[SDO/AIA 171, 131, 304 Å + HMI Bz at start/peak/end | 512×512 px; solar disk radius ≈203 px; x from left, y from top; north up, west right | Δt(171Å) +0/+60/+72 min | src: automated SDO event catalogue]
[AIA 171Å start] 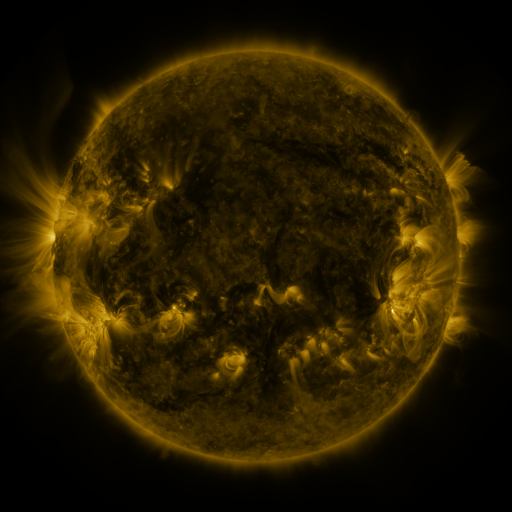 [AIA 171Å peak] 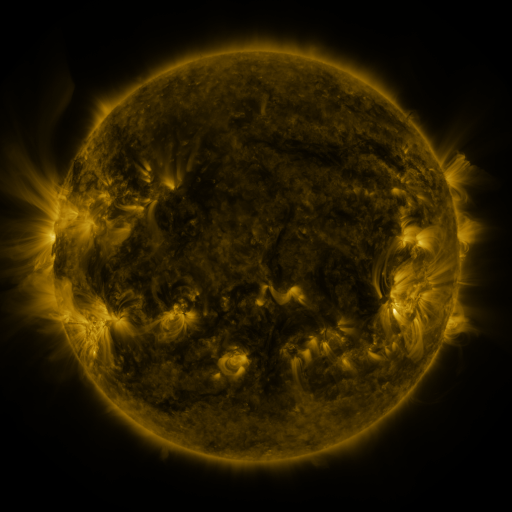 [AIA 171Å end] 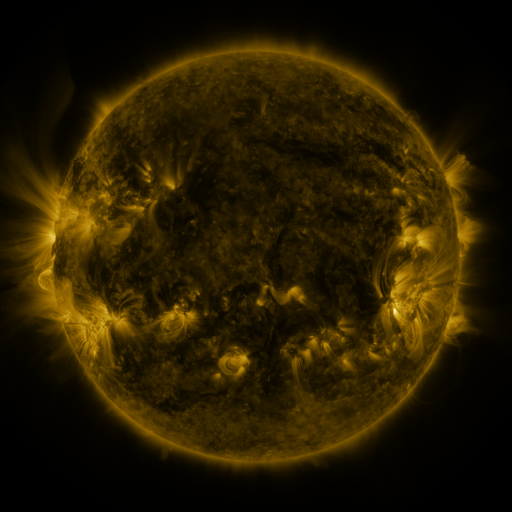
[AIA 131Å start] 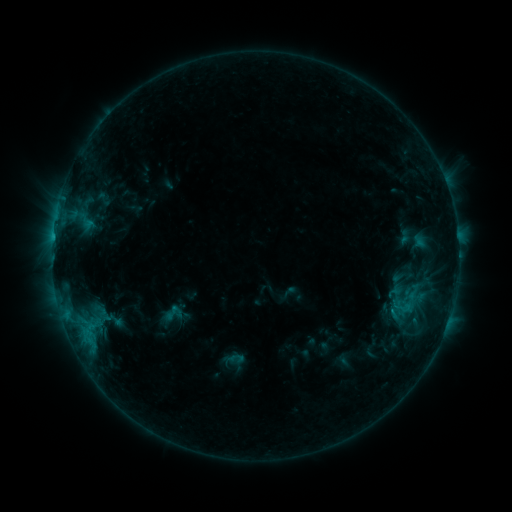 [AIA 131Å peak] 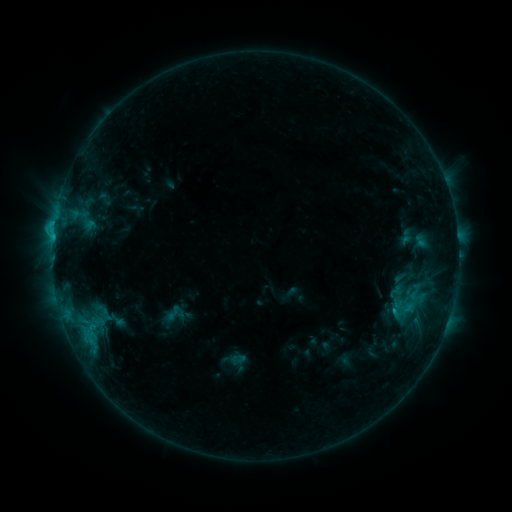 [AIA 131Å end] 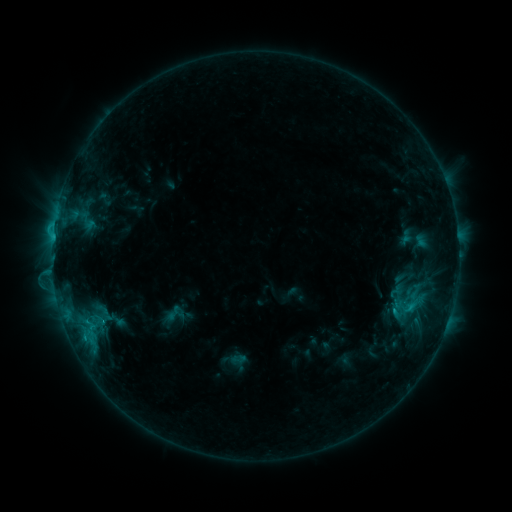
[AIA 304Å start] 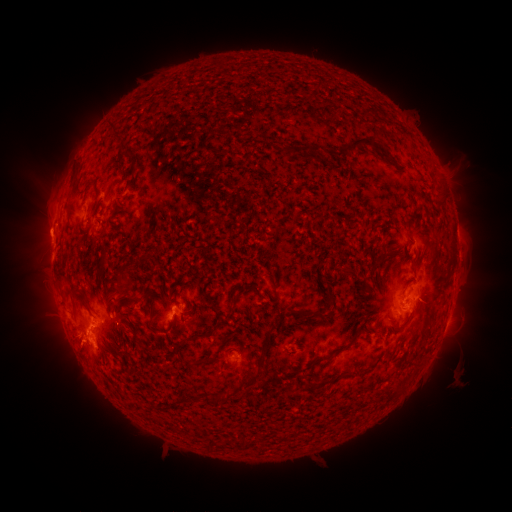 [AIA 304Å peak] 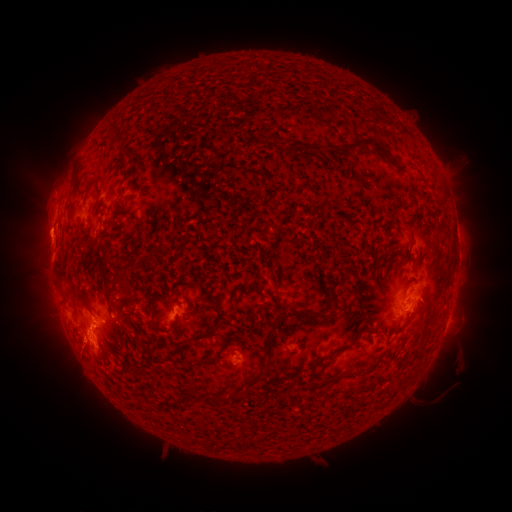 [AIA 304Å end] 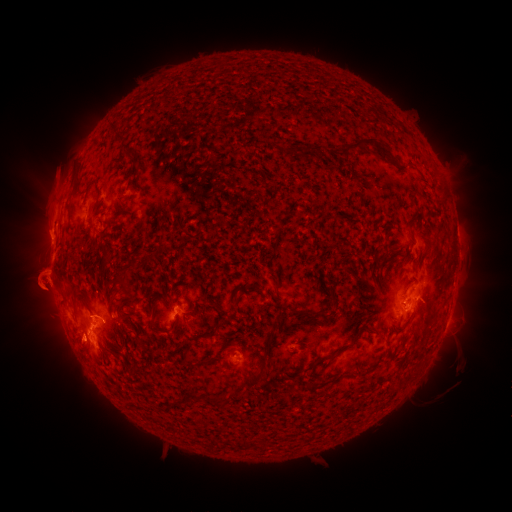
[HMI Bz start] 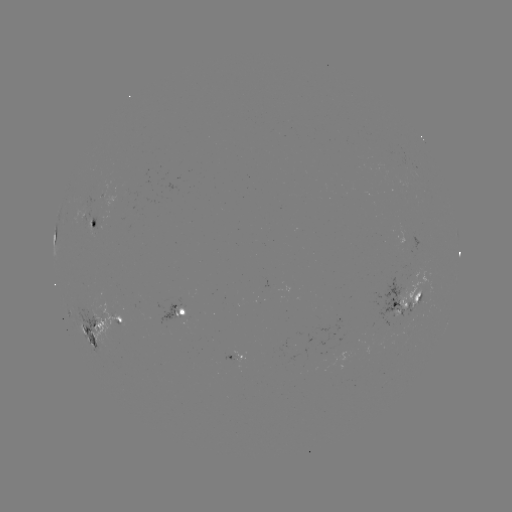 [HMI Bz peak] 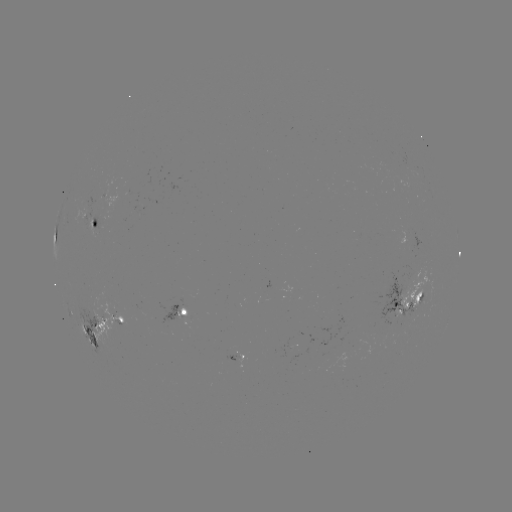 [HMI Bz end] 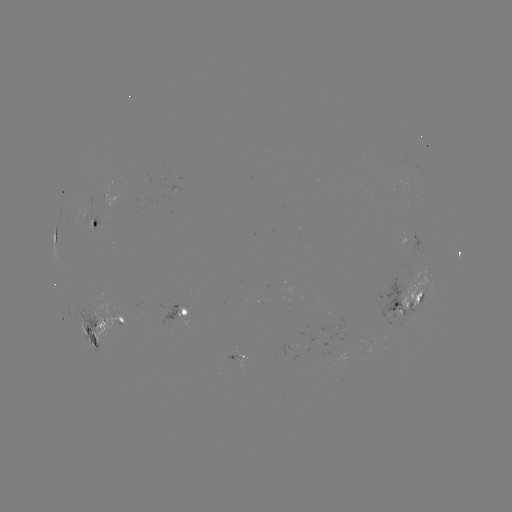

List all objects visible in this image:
emerging-flux region: (93, 221)
